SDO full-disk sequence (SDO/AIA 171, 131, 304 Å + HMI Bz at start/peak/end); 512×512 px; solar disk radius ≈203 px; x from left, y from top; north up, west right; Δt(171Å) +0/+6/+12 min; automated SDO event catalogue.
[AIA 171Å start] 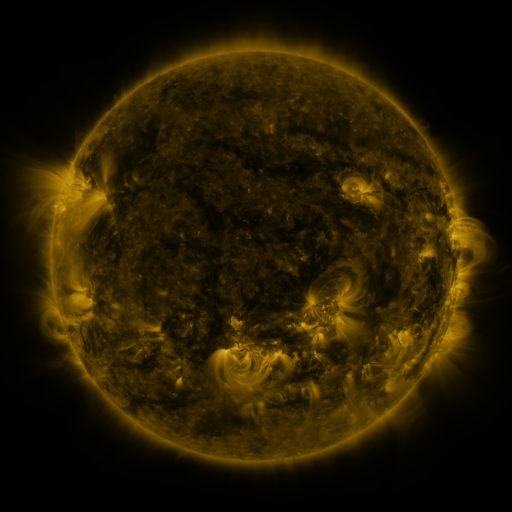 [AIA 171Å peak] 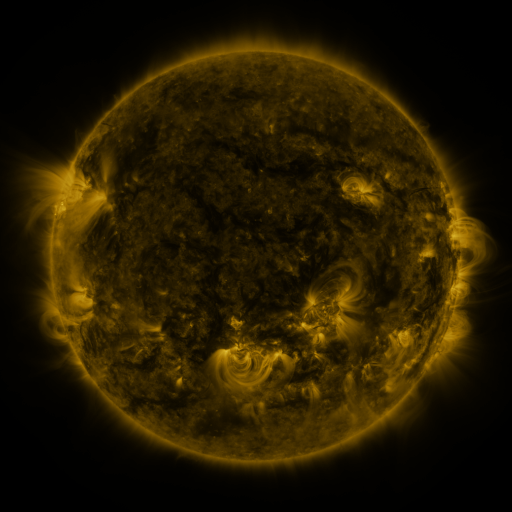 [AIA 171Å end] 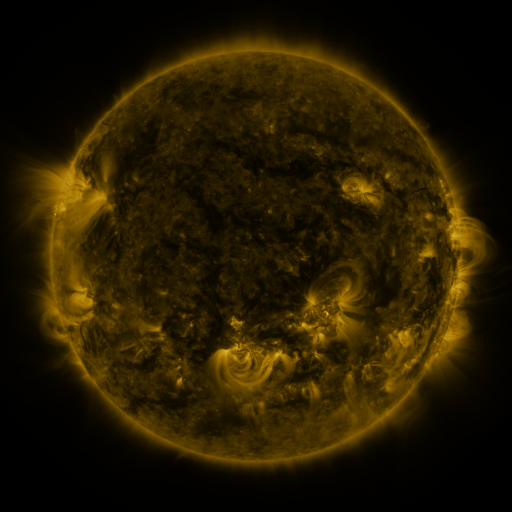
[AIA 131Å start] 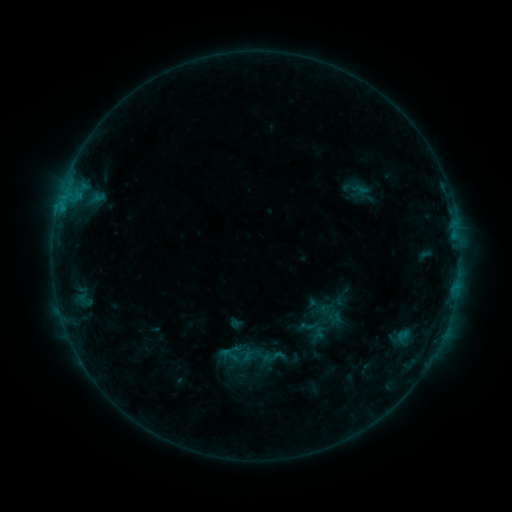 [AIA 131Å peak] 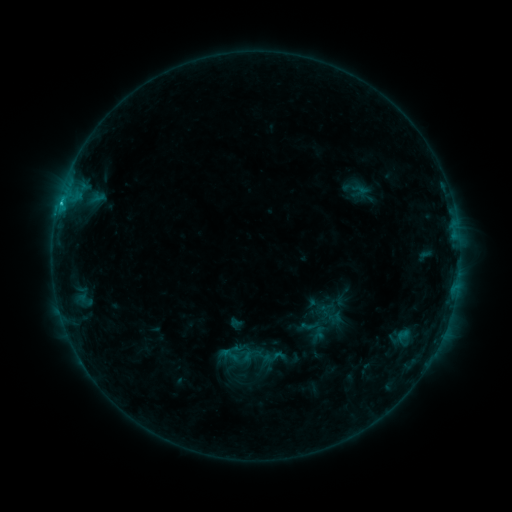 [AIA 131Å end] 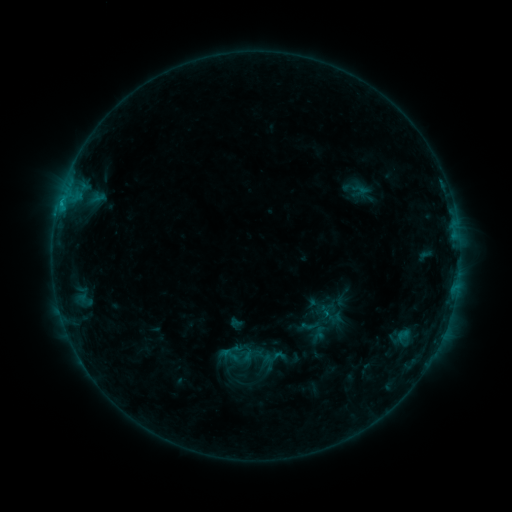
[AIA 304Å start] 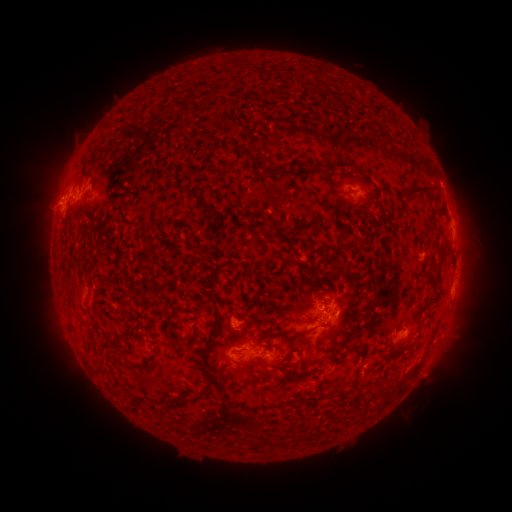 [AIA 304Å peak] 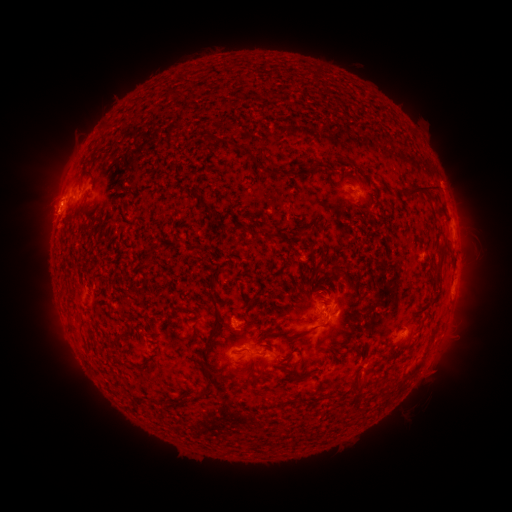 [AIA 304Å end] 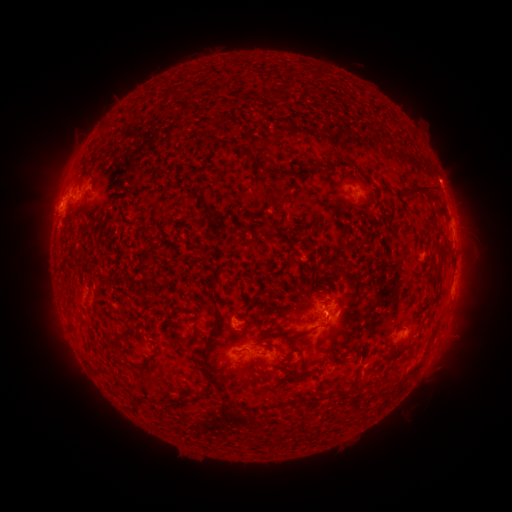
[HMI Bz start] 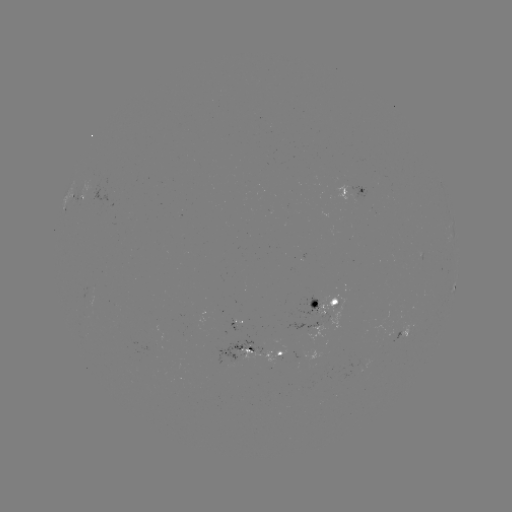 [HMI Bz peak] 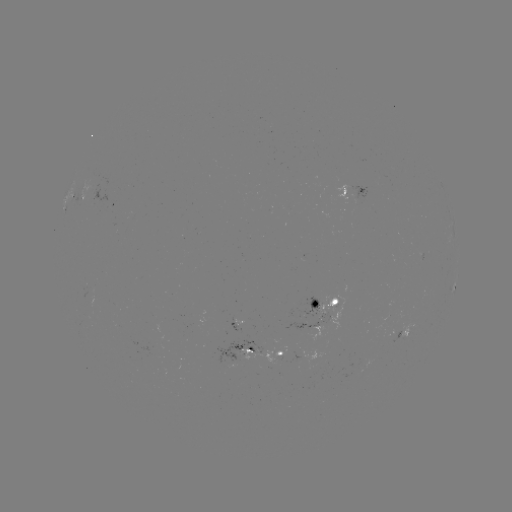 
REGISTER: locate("C1.1 flare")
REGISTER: [61, 206]